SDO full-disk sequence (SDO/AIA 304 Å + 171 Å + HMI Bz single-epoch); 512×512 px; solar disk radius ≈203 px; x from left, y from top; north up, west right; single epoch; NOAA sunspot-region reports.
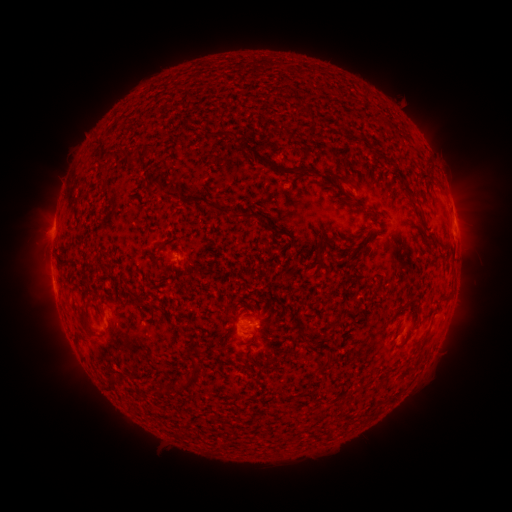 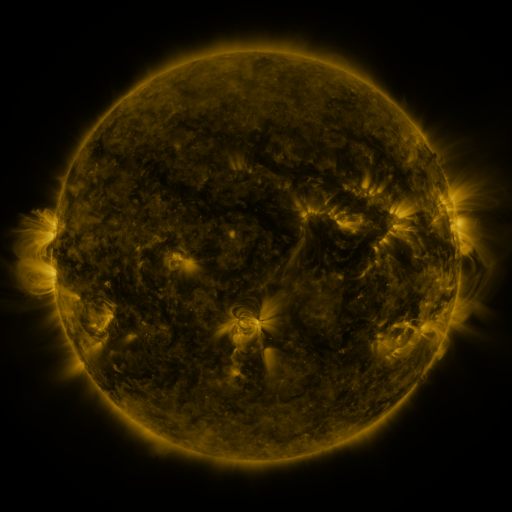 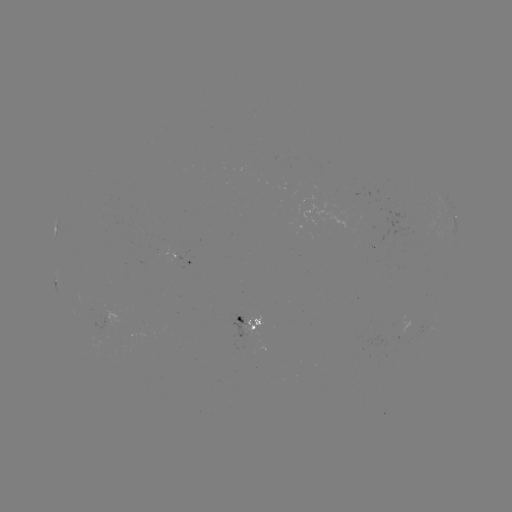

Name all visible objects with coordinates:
spotted active region: (456, 229)
spotted active region: (189, 260)
spotted active region: (252, 328)
